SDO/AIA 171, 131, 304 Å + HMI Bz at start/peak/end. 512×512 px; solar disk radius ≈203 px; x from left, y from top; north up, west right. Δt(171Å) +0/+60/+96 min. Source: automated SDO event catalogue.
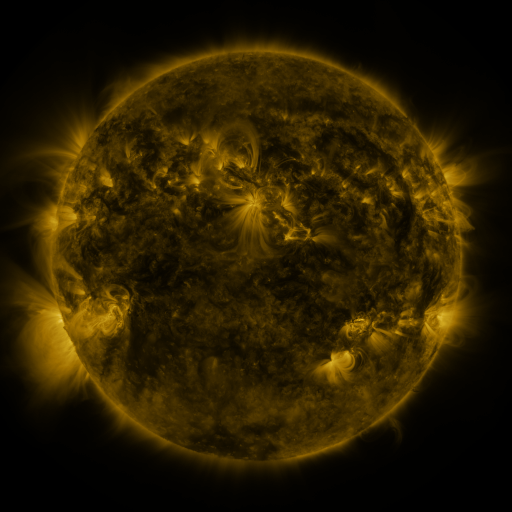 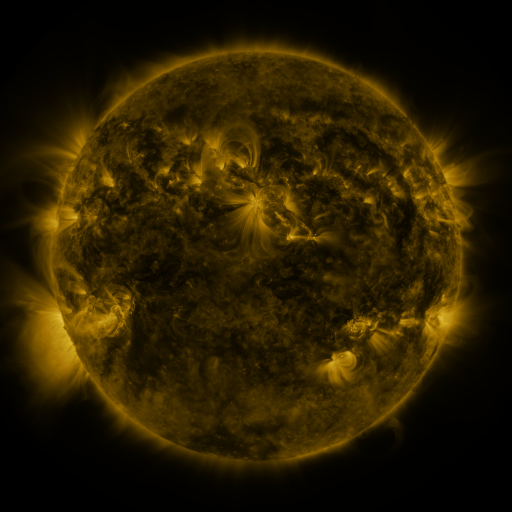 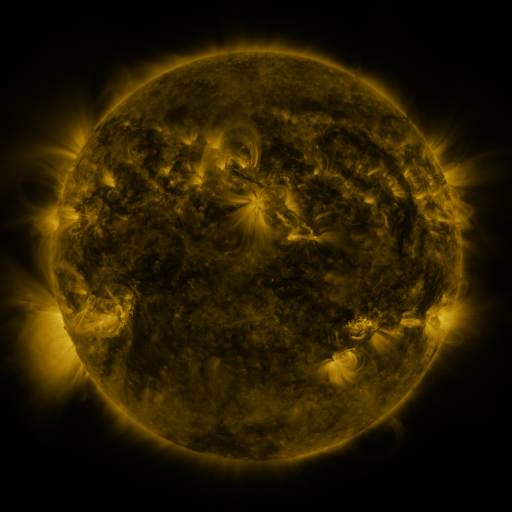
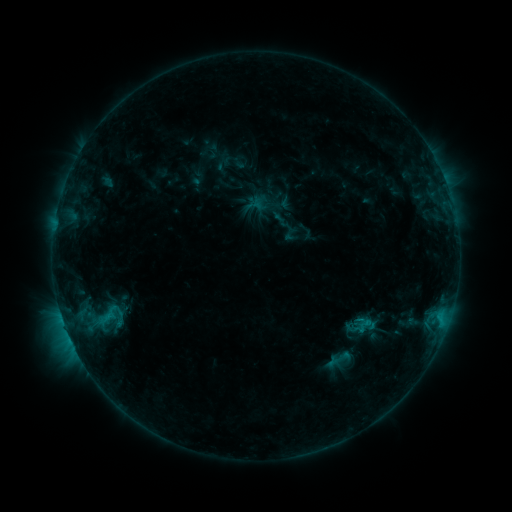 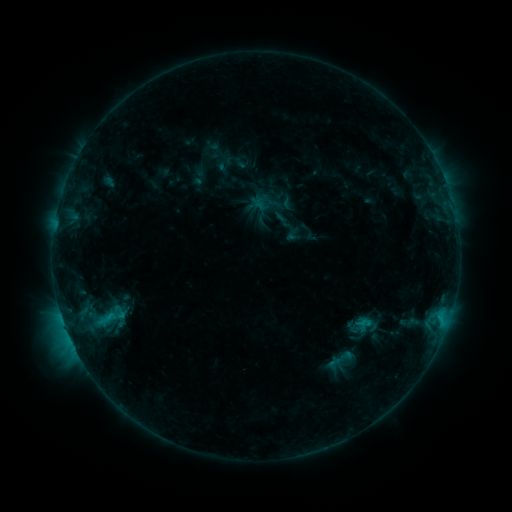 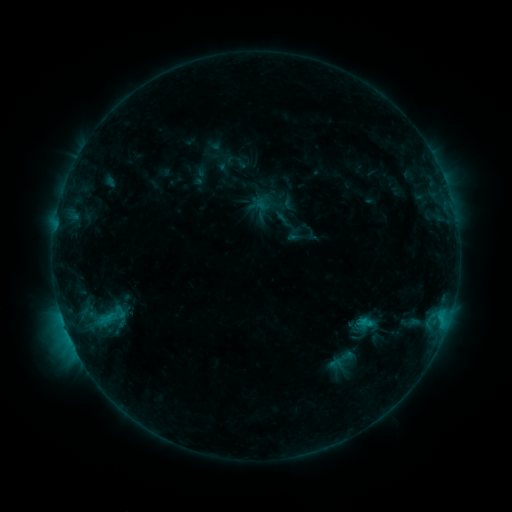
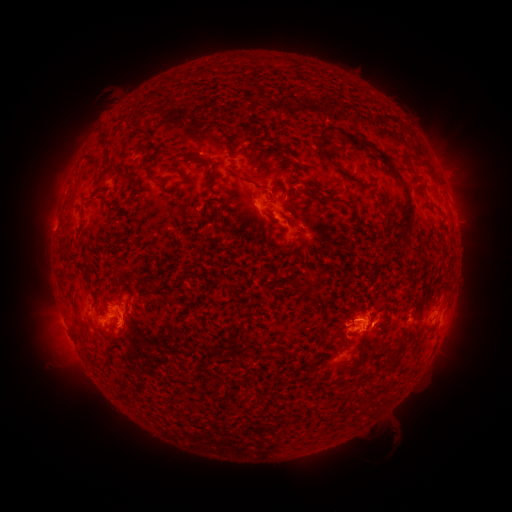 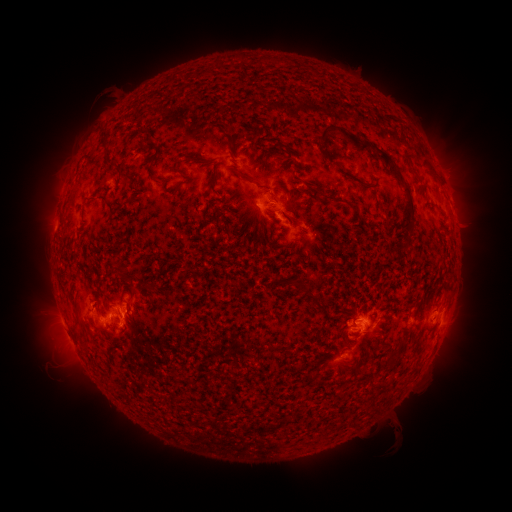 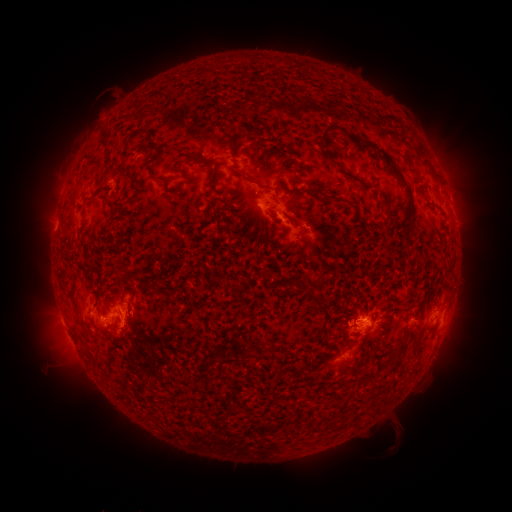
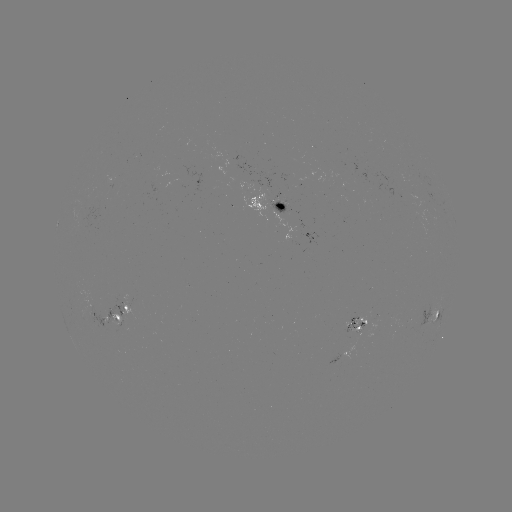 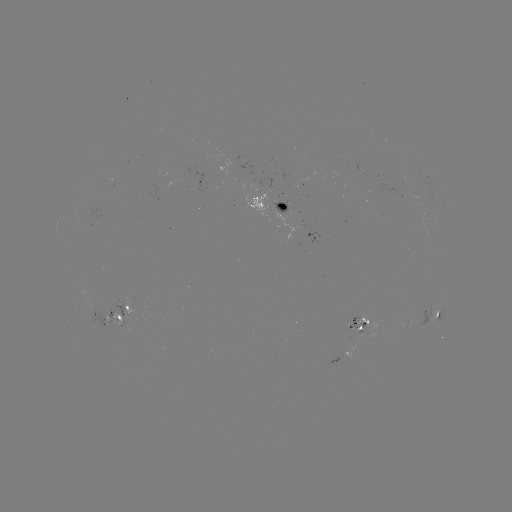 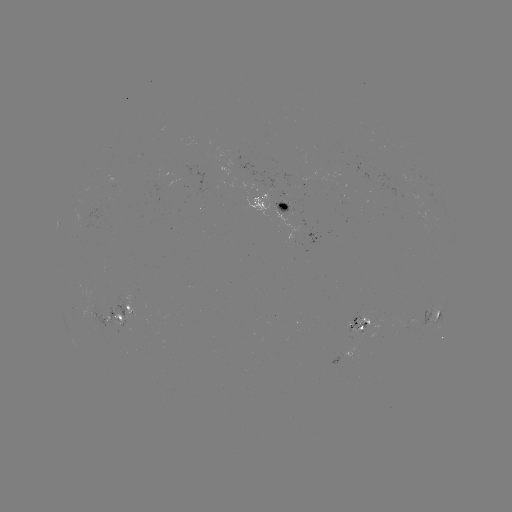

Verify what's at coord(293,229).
emerging-flux region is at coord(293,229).